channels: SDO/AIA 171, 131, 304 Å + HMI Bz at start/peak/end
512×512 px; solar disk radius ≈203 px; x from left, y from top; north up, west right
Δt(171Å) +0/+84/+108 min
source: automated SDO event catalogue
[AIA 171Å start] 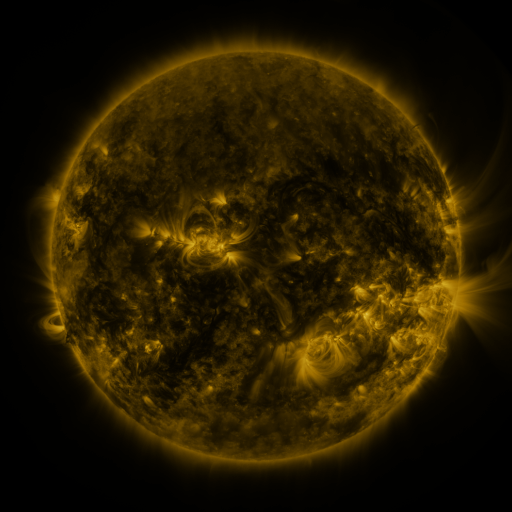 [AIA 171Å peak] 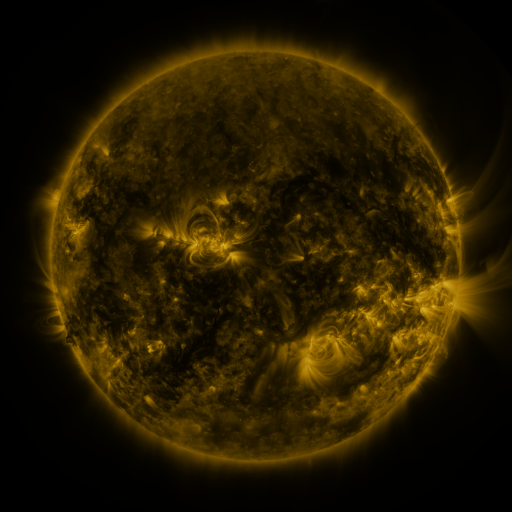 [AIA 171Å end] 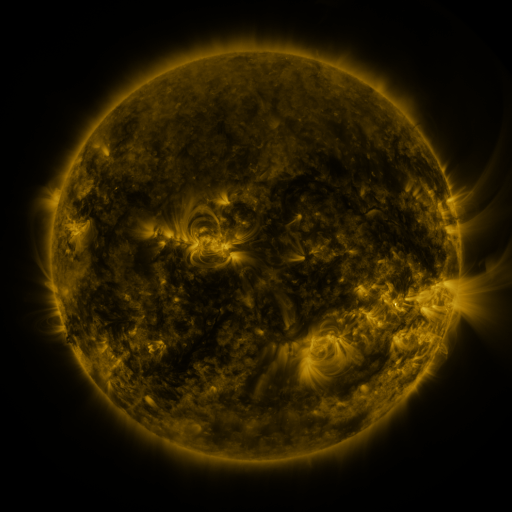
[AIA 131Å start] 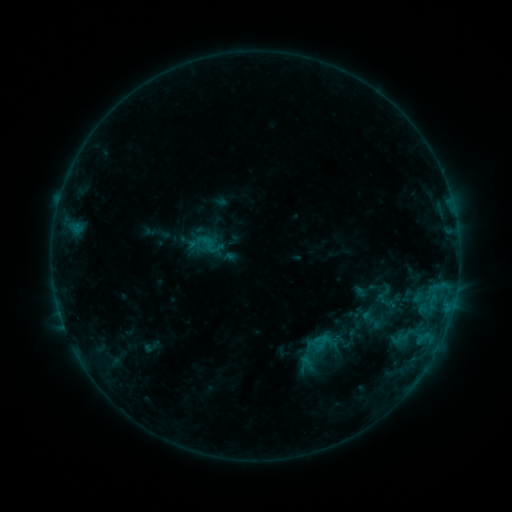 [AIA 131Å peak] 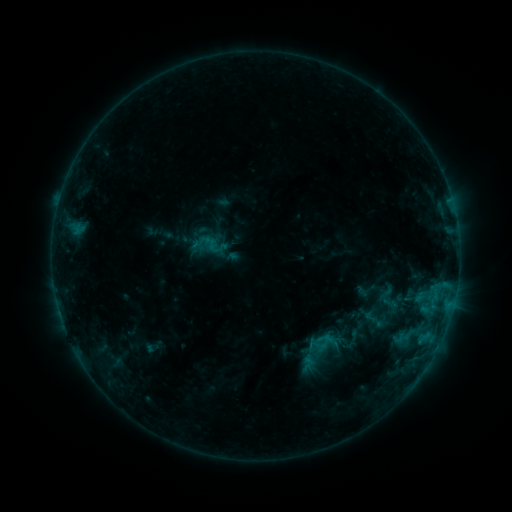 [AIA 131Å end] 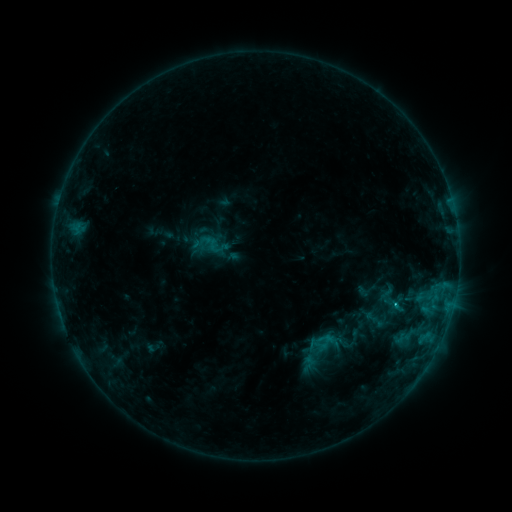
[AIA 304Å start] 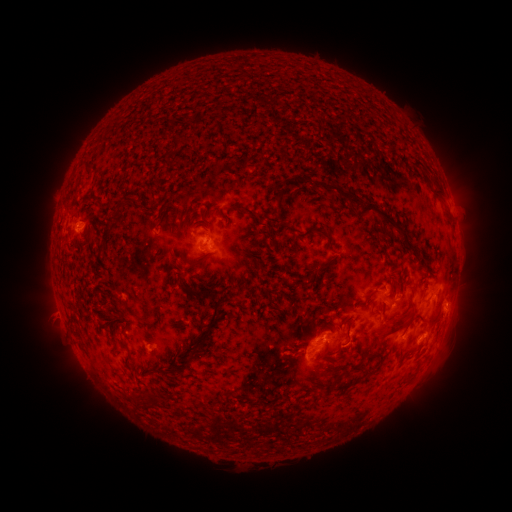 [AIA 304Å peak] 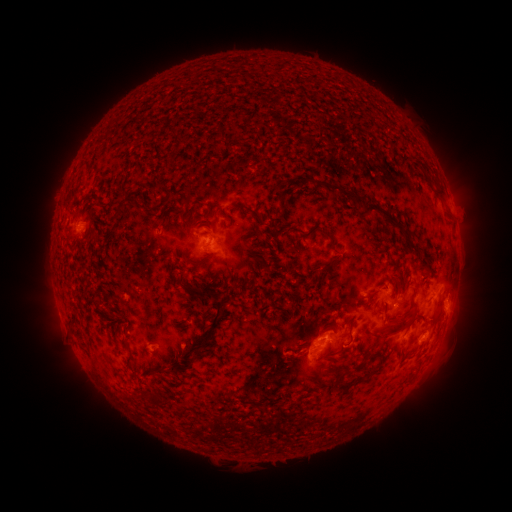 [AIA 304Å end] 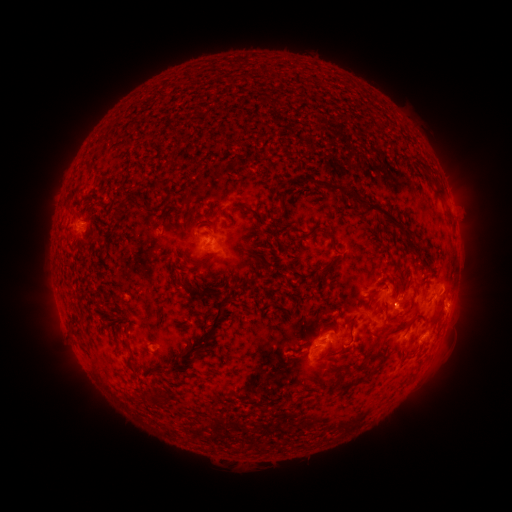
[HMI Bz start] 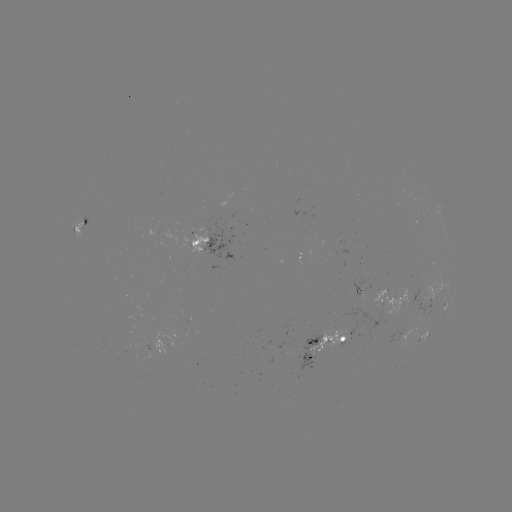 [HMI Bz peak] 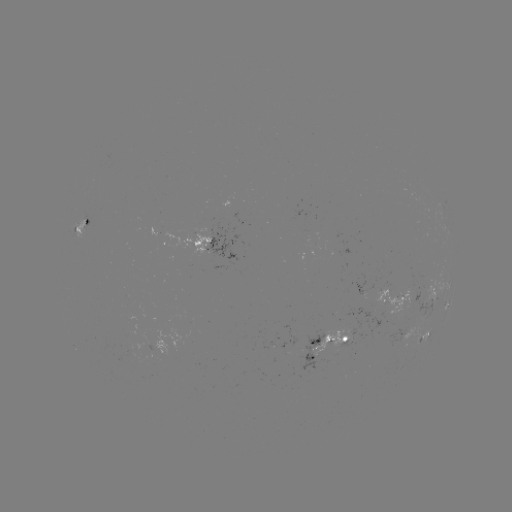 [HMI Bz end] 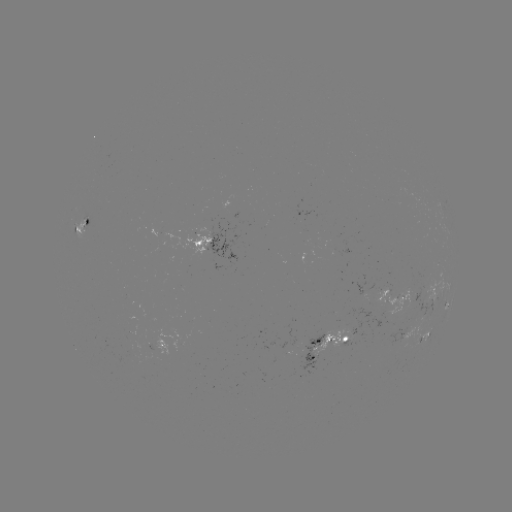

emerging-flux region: [348, 295, 386, 336]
